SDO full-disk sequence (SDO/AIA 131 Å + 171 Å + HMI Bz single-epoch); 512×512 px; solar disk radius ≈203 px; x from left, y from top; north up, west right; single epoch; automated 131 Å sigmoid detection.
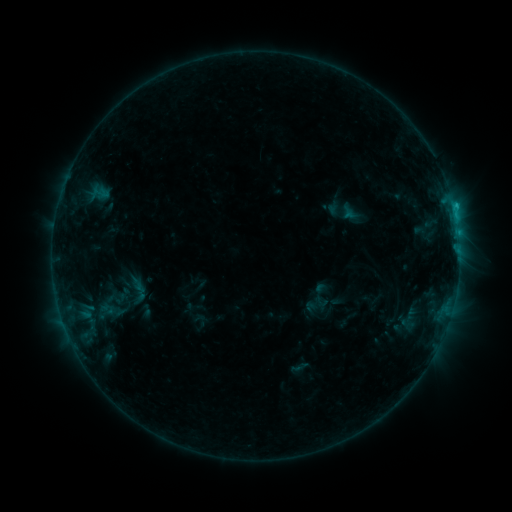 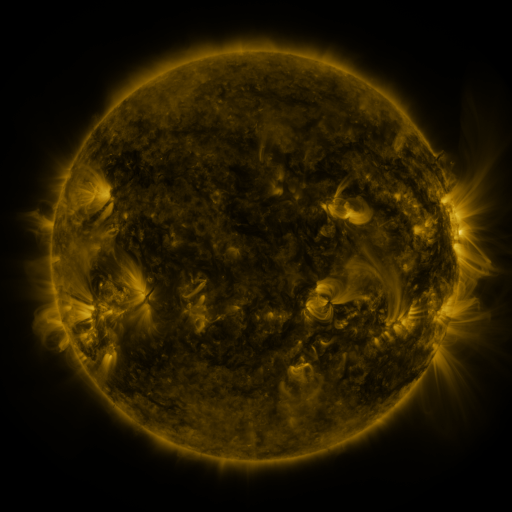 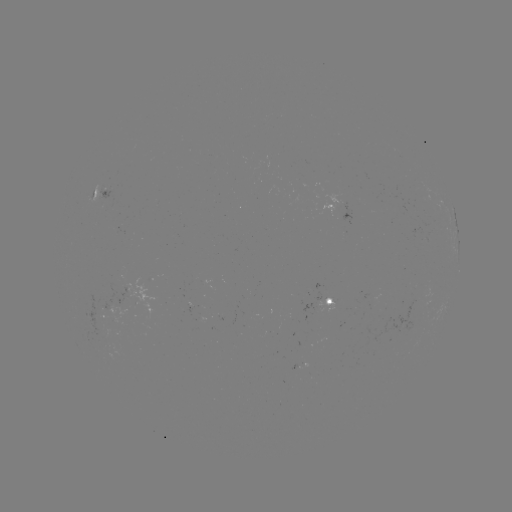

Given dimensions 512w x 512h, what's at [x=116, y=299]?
sigmoid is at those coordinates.